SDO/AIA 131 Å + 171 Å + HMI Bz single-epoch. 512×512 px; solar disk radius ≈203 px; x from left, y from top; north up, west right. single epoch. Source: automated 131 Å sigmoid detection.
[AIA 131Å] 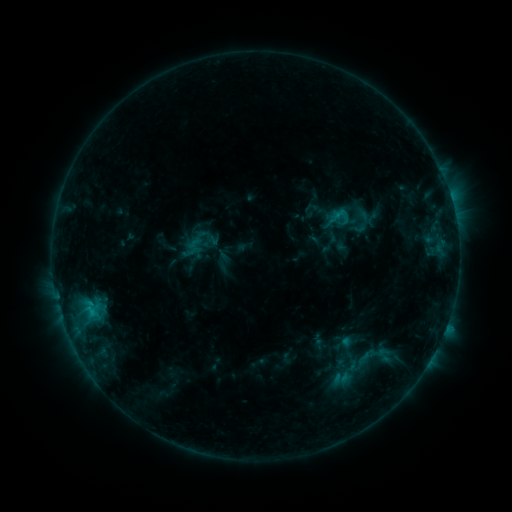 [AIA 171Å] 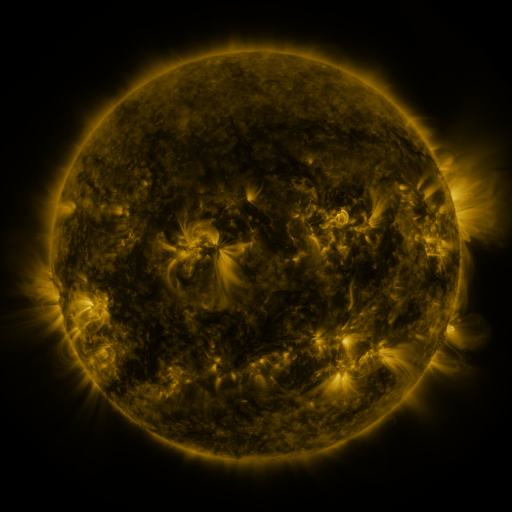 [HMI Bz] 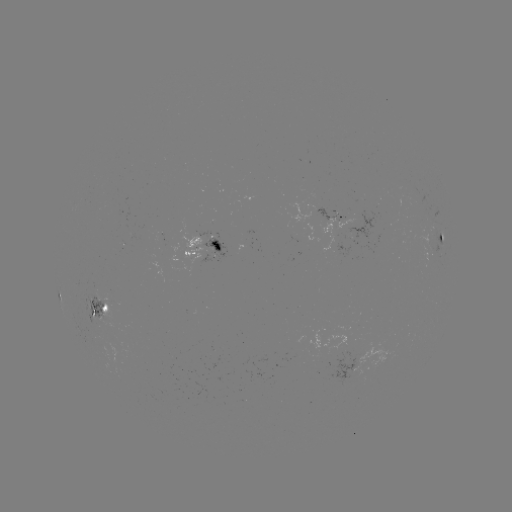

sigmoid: (348, 219, 369, 237)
